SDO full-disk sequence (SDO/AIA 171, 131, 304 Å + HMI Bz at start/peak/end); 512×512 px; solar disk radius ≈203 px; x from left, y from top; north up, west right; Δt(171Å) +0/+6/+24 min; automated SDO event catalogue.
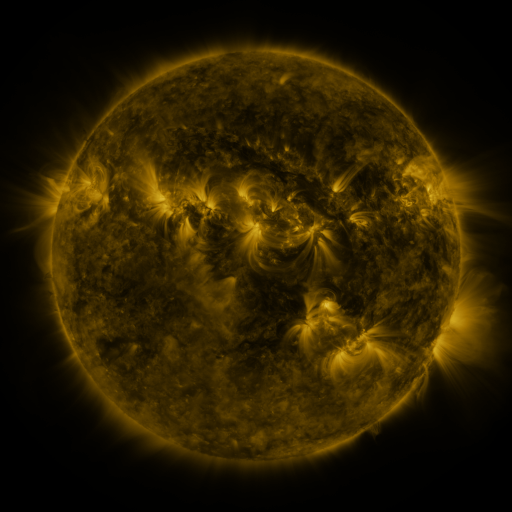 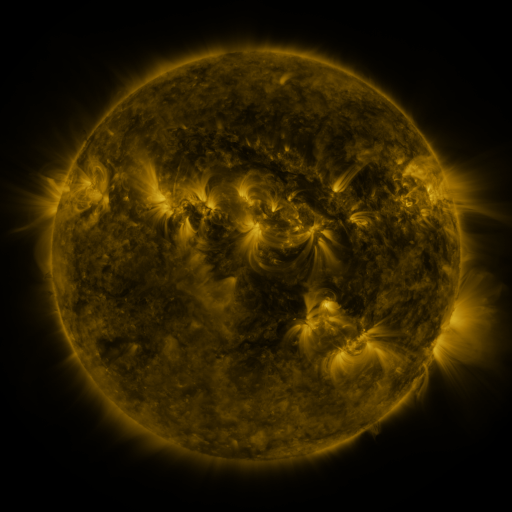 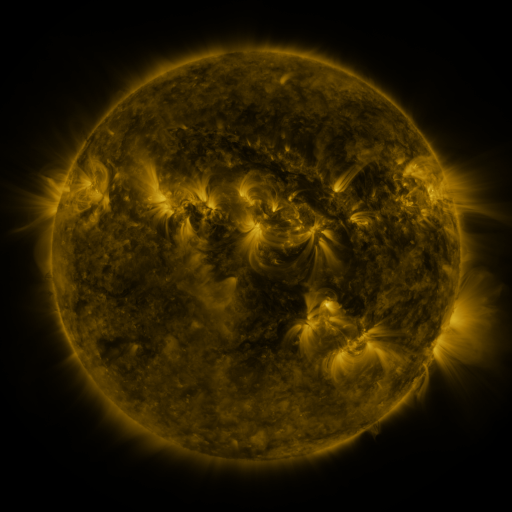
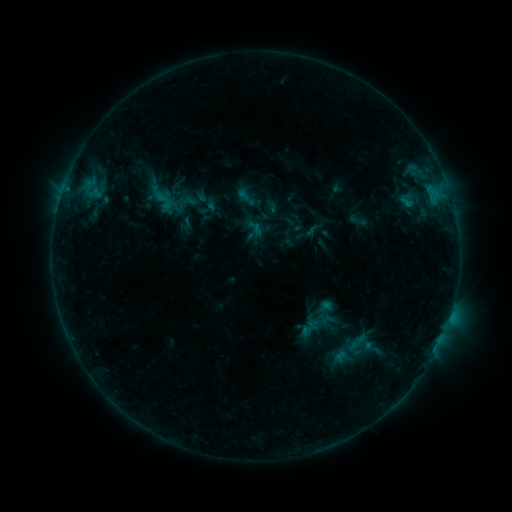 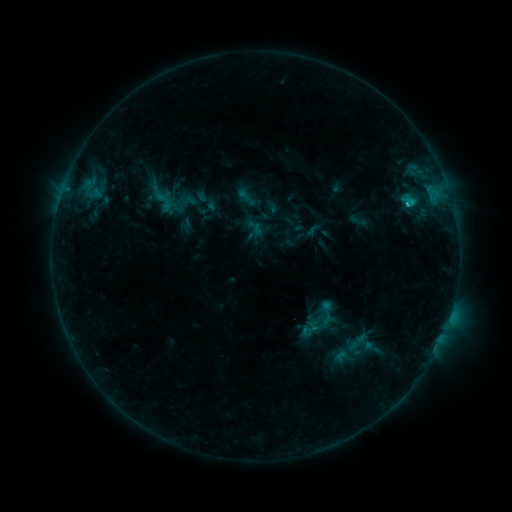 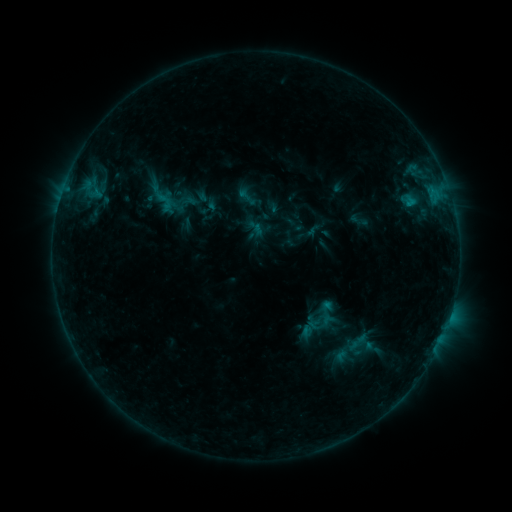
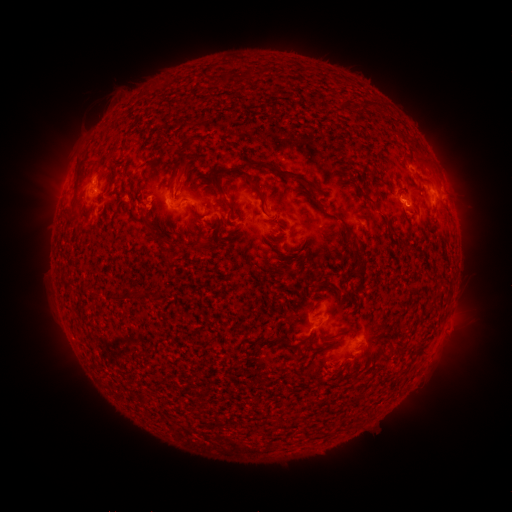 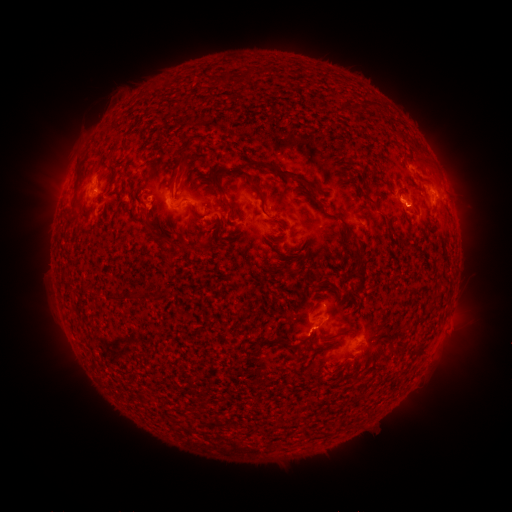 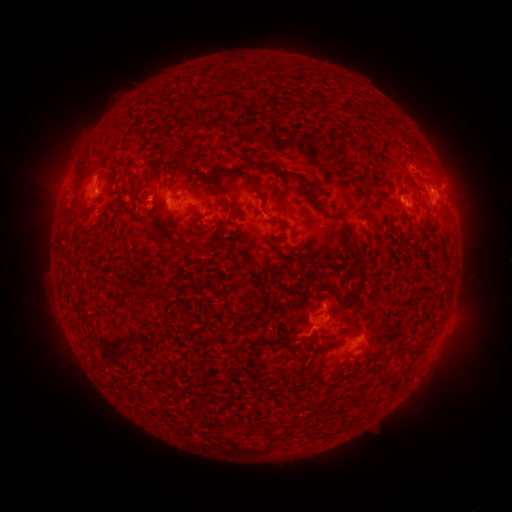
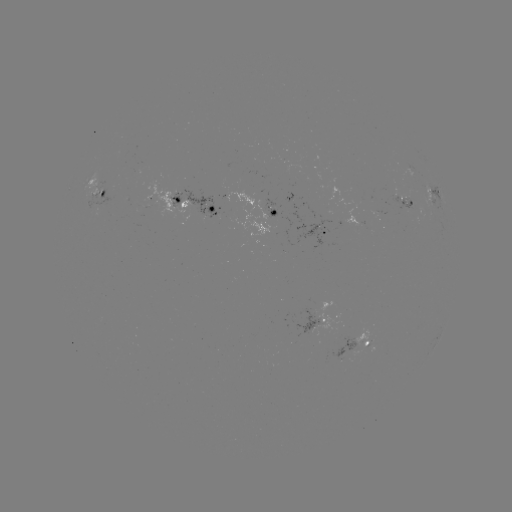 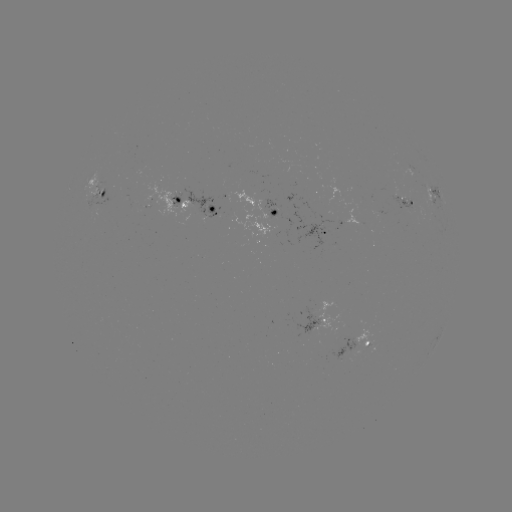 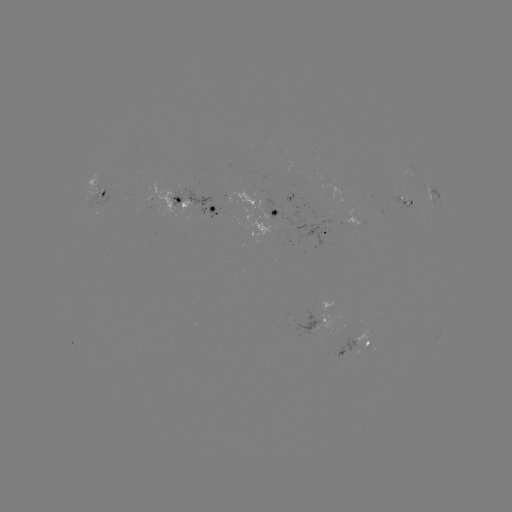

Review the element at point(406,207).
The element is C1.2 flare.